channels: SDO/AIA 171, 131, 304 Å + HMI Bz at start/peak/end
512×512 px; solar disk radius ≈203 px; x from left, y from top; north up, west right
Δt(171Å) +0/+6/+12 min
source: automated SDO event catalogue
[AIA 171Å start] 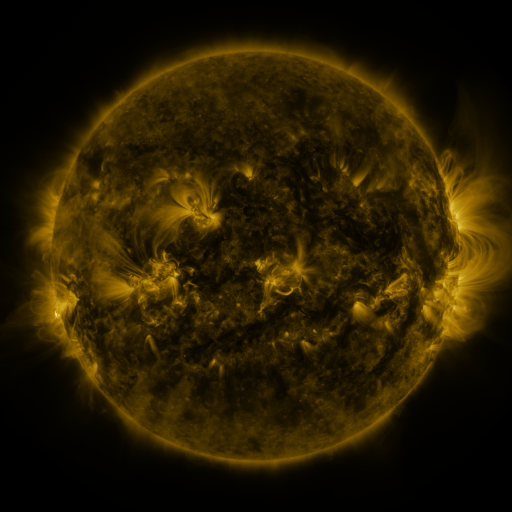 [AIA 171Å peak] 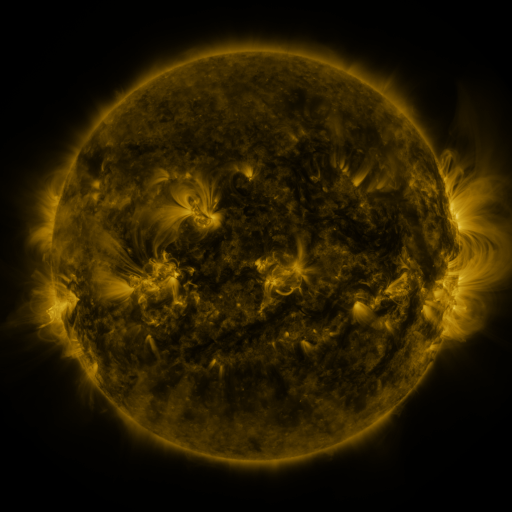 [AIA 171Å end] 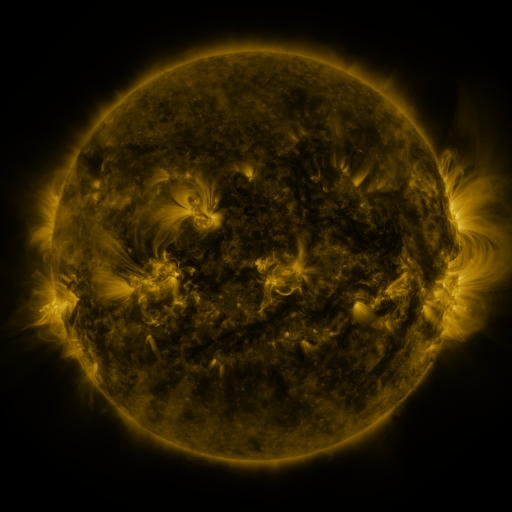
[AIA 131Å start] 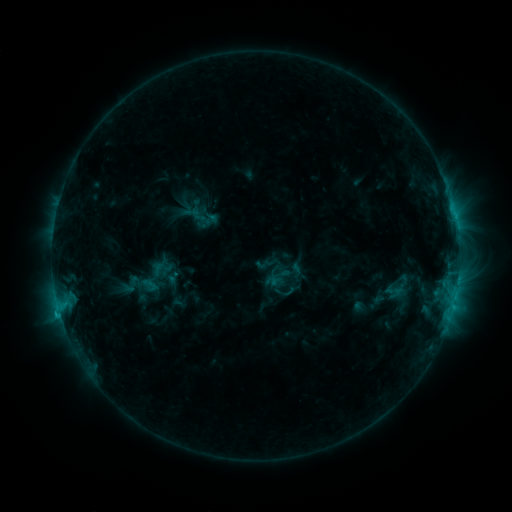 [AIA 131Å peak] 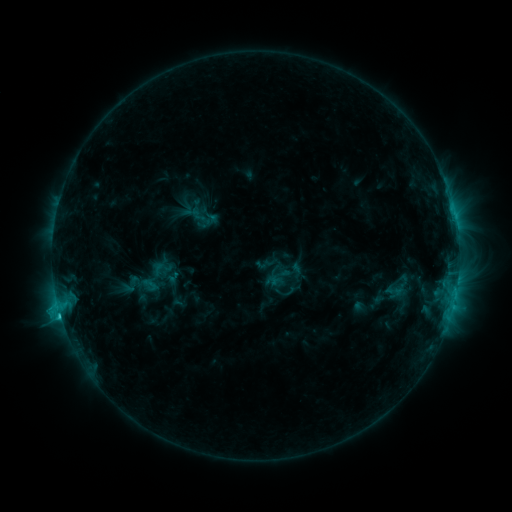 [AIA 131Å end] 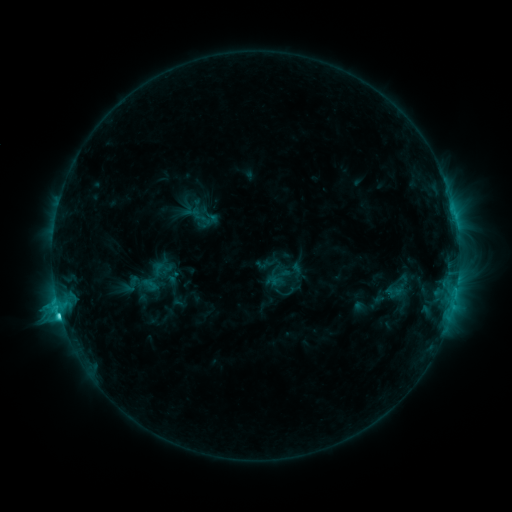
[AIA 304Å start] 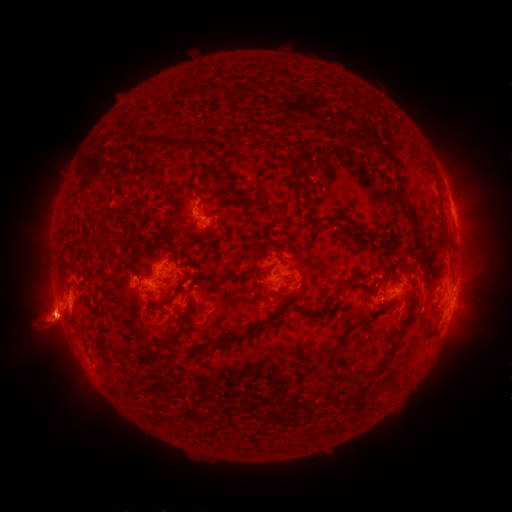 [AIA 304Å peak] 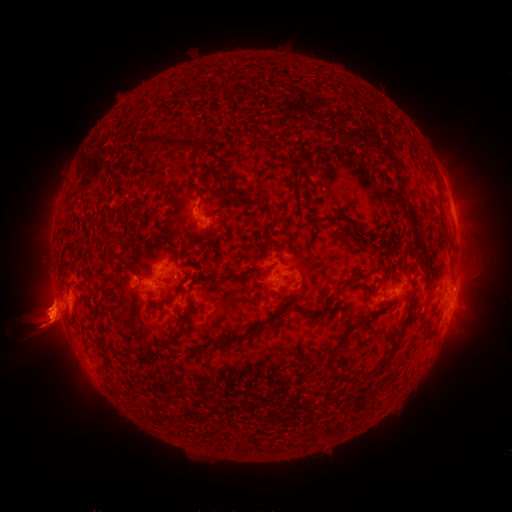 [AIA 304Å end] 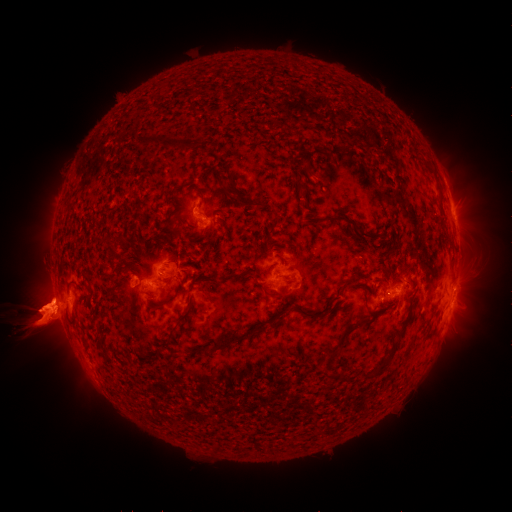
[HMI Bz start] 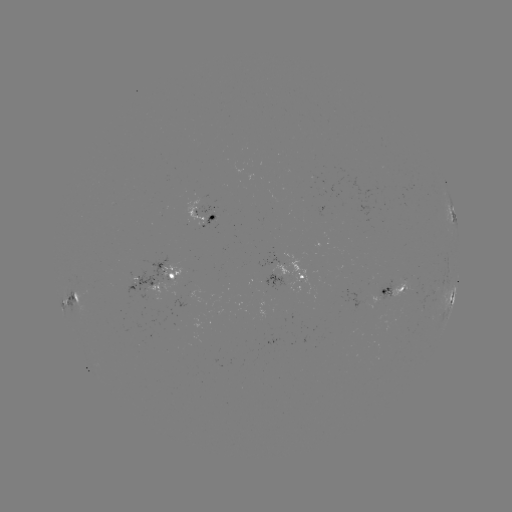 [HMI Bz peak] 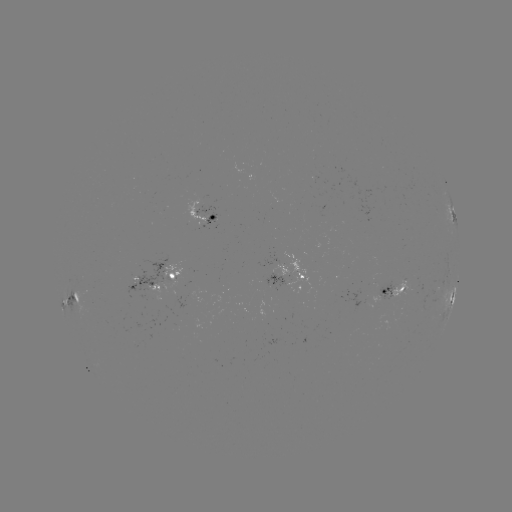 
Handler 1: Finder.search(eruption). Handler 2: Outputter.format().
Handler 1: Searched eruption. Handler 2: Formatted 471,325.